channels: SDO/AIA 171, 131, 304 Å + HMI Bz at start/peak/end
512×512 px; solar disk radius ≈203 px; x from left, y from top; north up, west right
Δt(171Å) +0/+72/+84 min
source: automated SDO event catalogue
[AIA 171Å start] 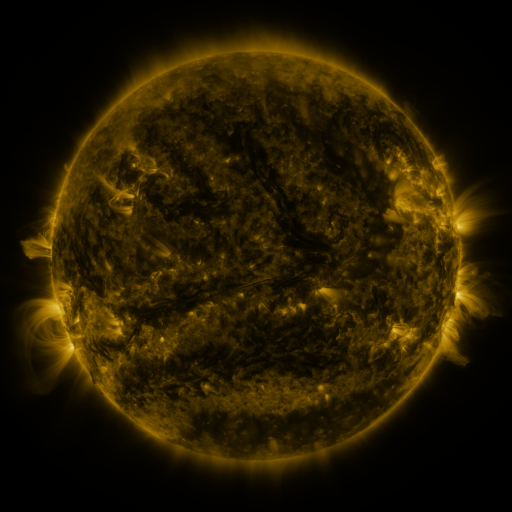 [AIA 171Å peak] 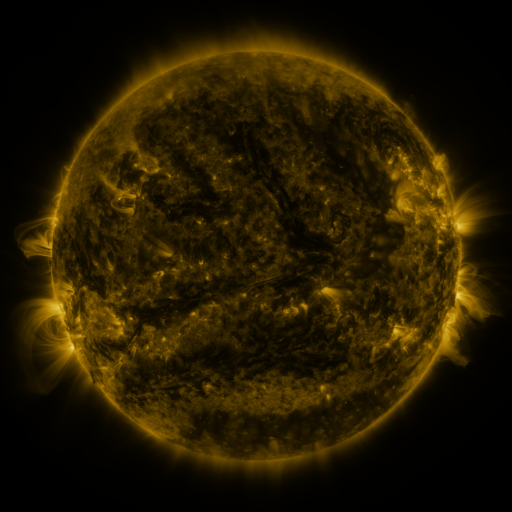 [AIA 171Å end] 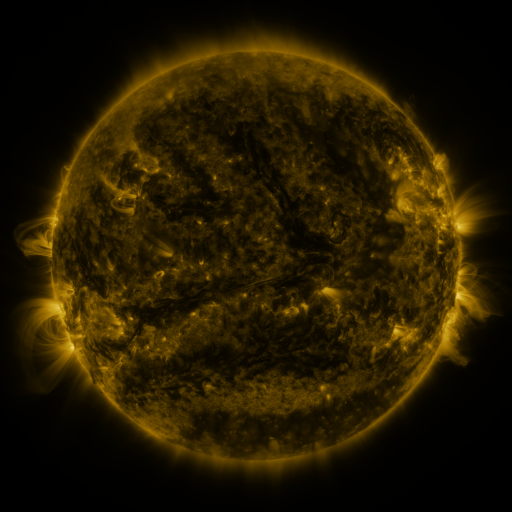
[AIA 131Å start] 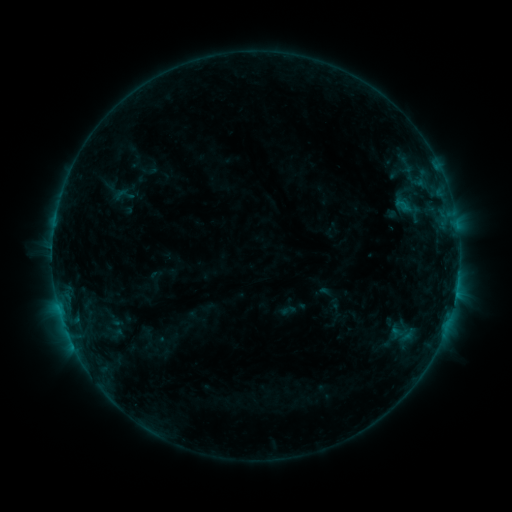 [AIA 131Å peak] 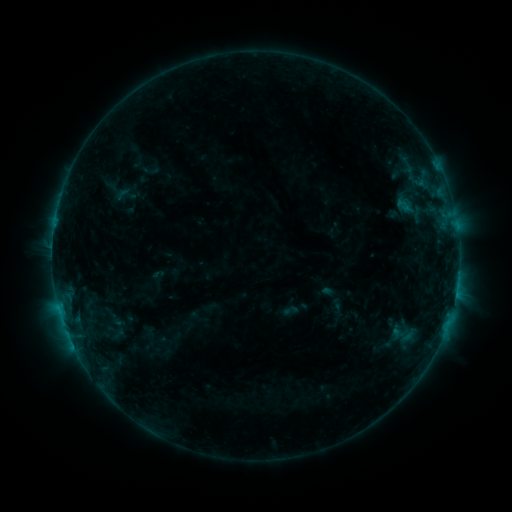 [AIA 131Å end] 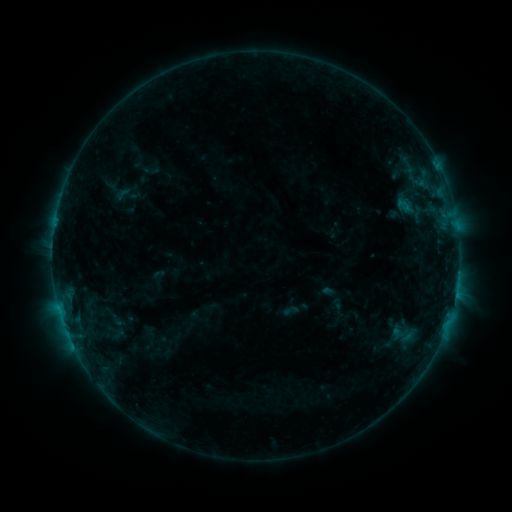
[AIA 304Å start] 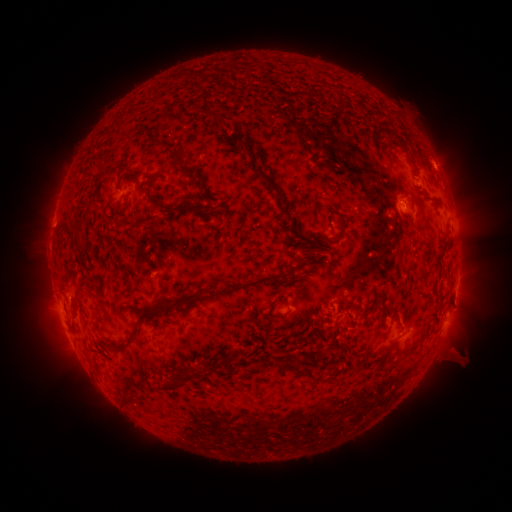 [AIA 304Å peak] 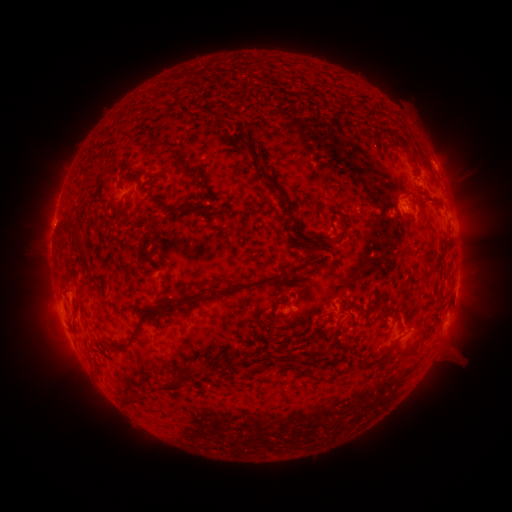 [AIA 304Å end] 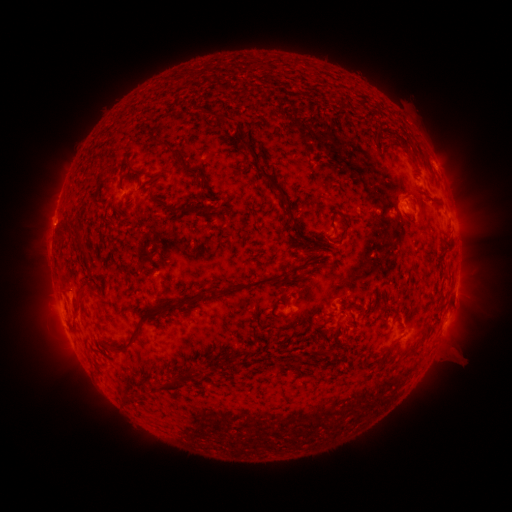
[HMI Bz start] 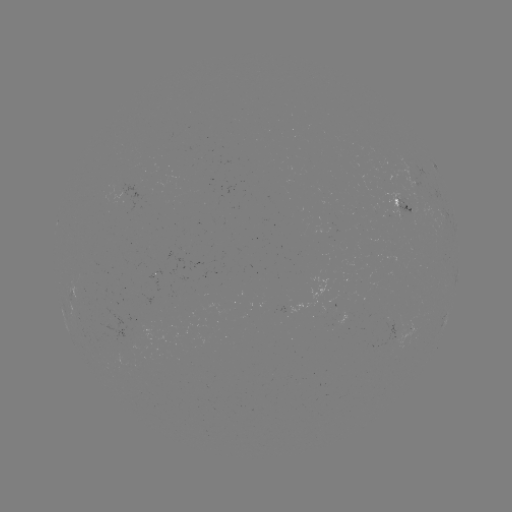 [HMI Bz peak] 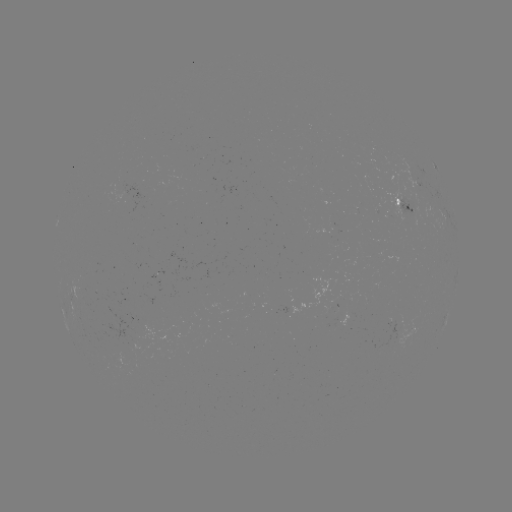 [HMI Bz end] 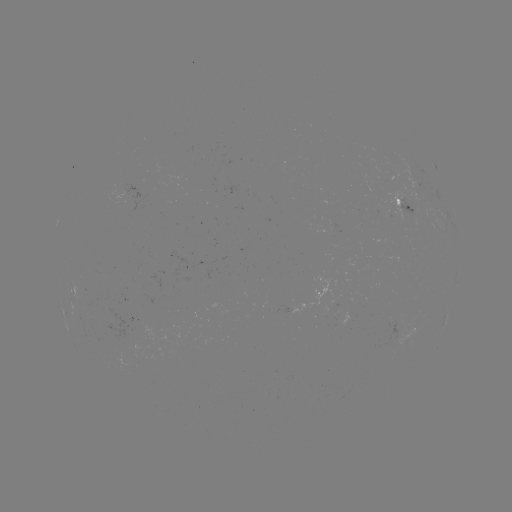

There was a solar emerging-flux region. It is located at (407, 203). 